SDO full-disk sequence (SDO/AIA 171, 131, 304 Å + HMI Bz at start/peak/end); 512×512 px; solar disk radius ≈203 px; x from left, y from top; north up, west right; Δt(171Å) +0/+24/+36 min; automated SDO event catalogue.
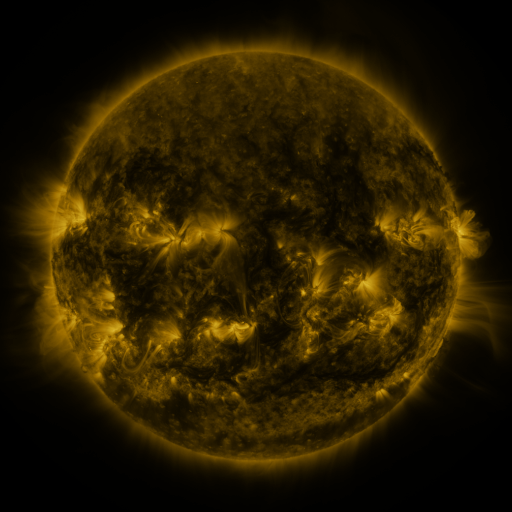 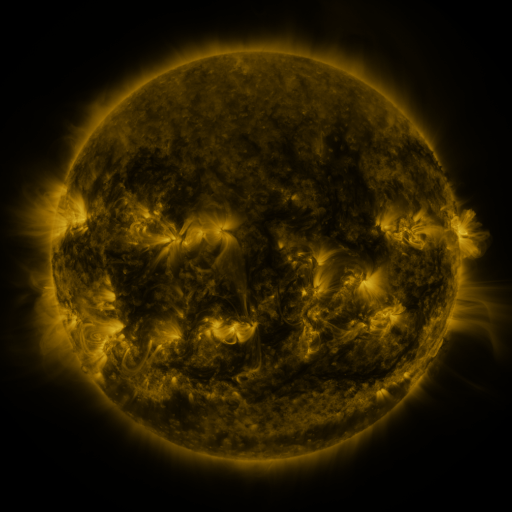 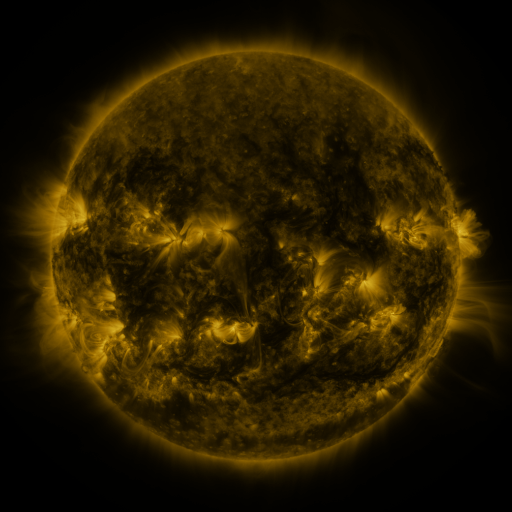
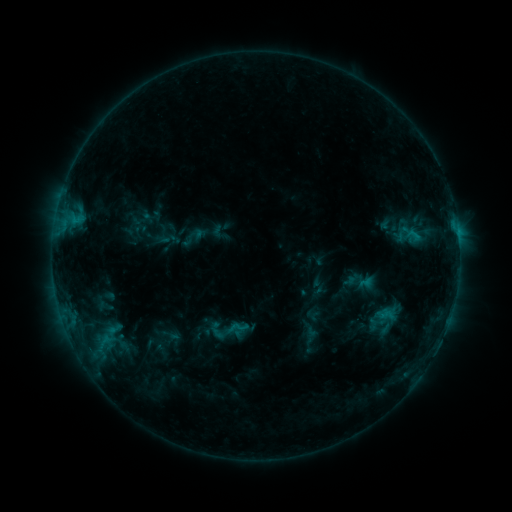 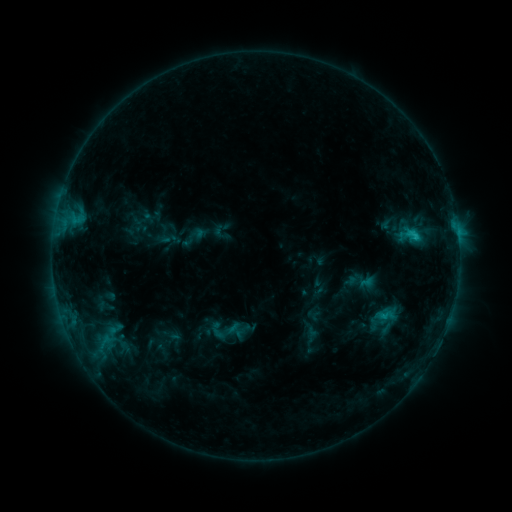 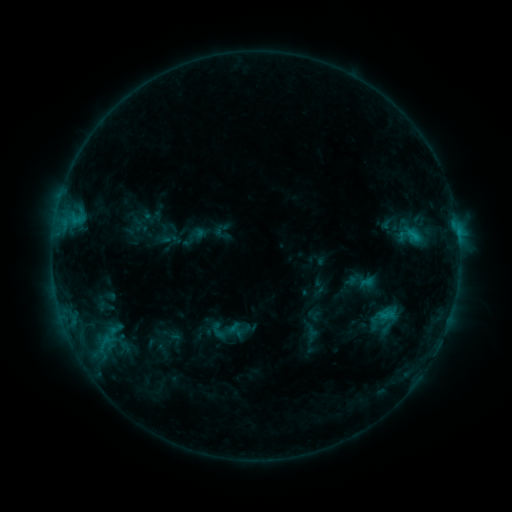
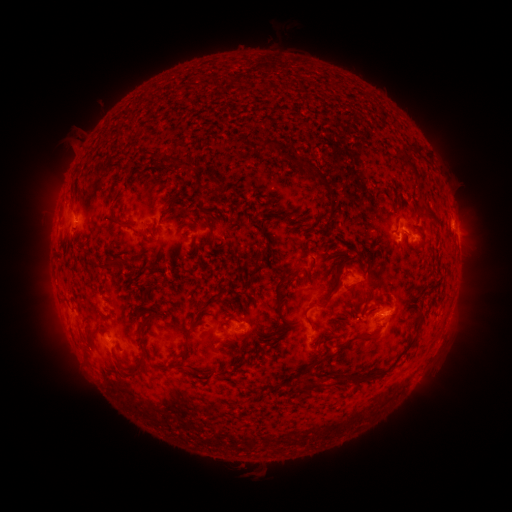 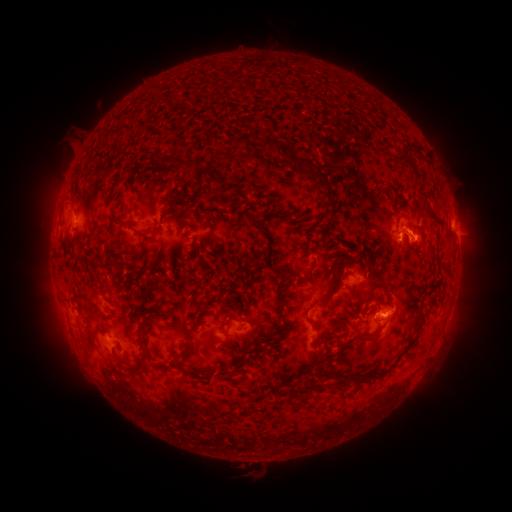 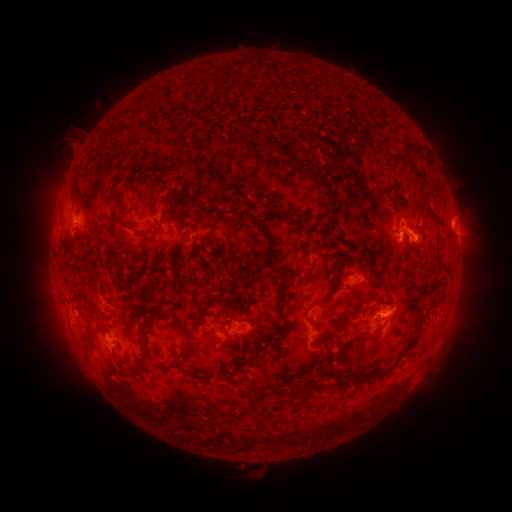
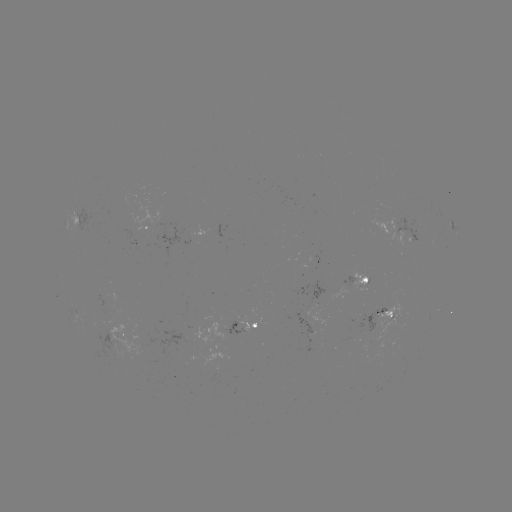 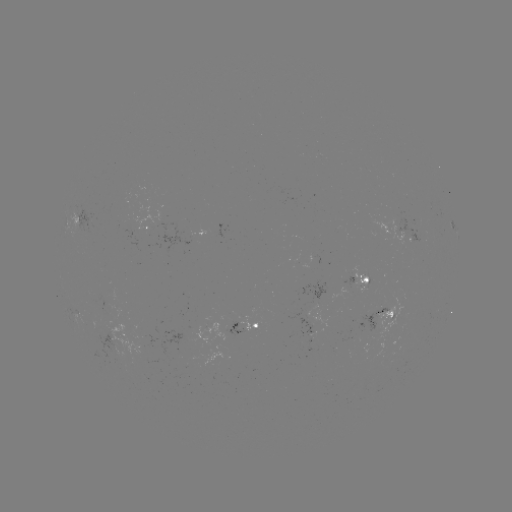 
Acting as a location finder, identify C1.5 flare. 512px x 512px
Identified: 414,238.